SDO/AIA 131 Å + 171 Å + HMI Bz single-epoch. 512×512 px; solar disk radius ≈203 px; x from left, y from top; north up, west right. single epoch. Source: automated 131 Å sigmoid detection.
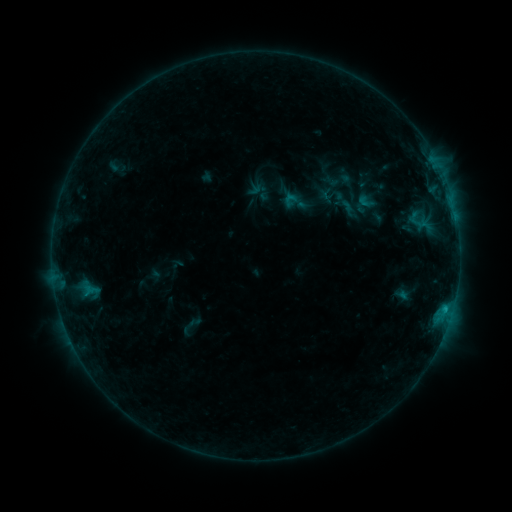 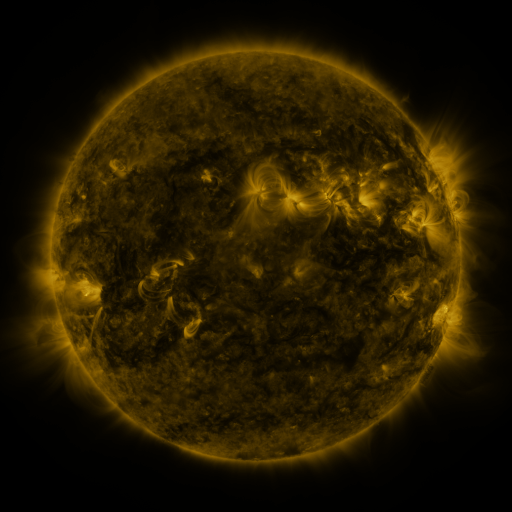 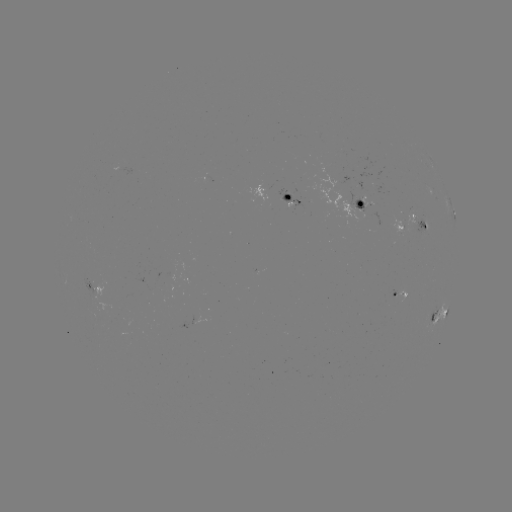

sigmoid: <bbox>355, 191, 376, 212</bbox>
